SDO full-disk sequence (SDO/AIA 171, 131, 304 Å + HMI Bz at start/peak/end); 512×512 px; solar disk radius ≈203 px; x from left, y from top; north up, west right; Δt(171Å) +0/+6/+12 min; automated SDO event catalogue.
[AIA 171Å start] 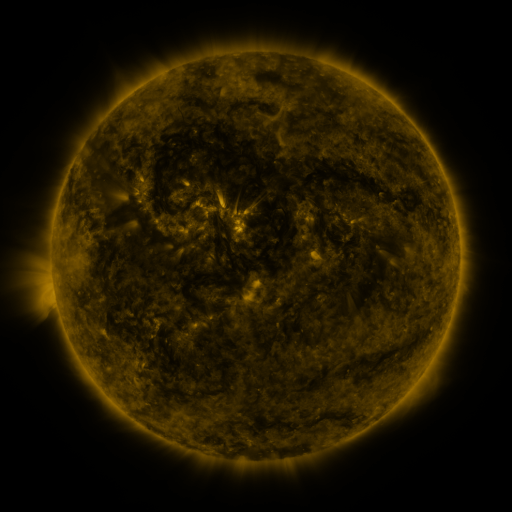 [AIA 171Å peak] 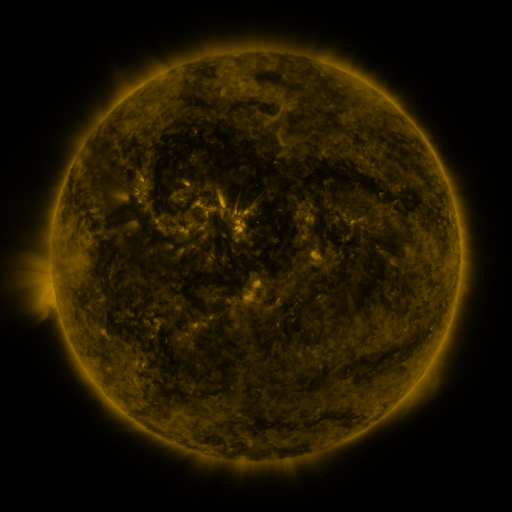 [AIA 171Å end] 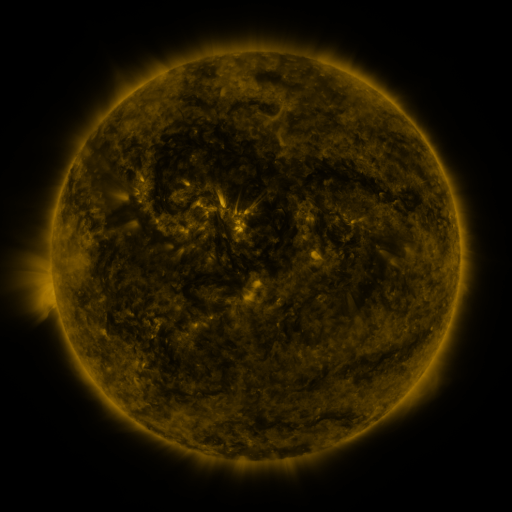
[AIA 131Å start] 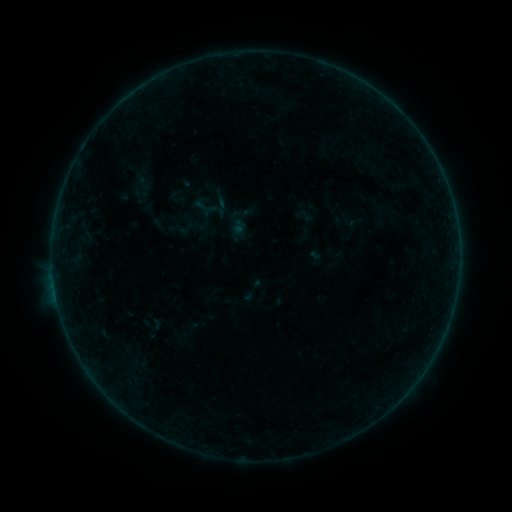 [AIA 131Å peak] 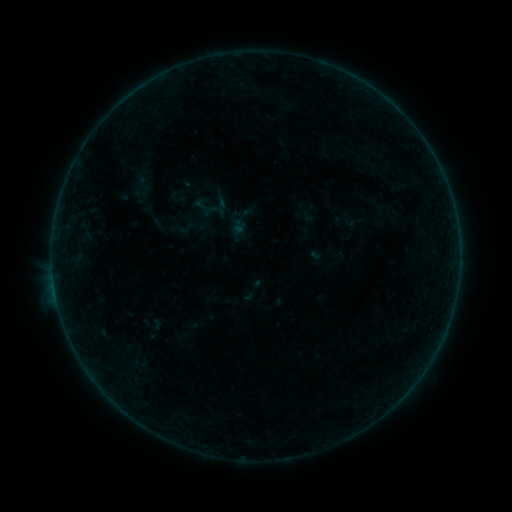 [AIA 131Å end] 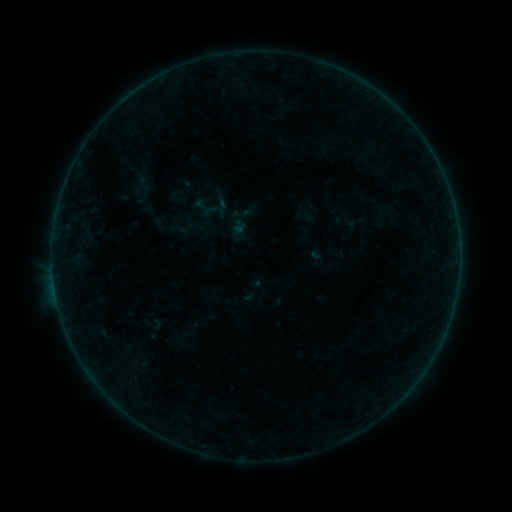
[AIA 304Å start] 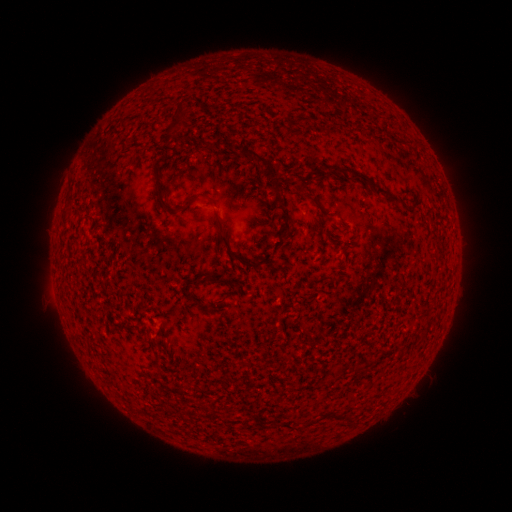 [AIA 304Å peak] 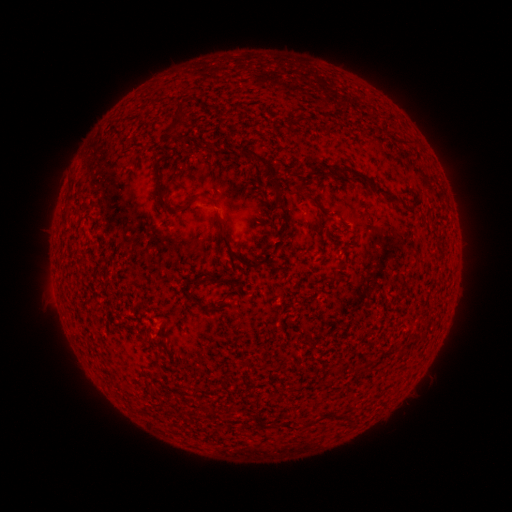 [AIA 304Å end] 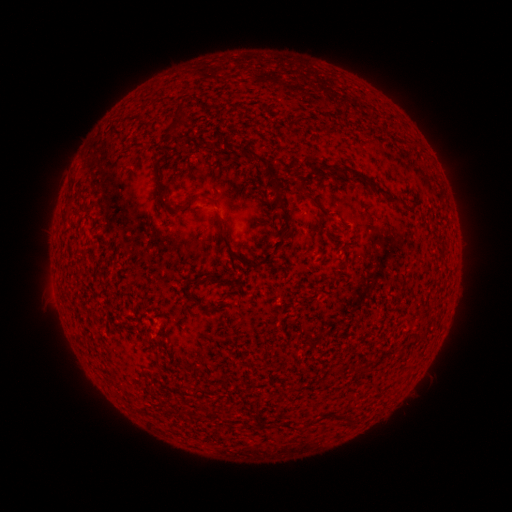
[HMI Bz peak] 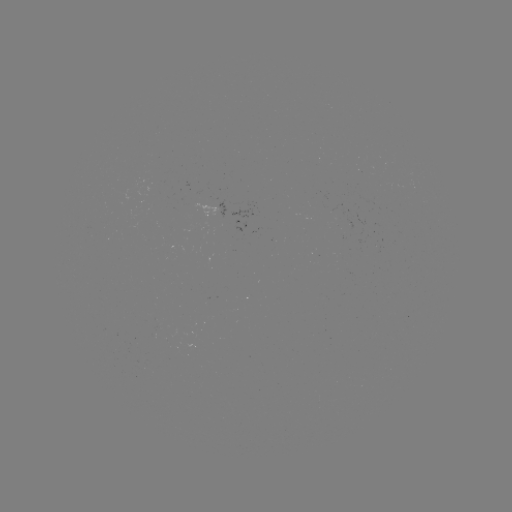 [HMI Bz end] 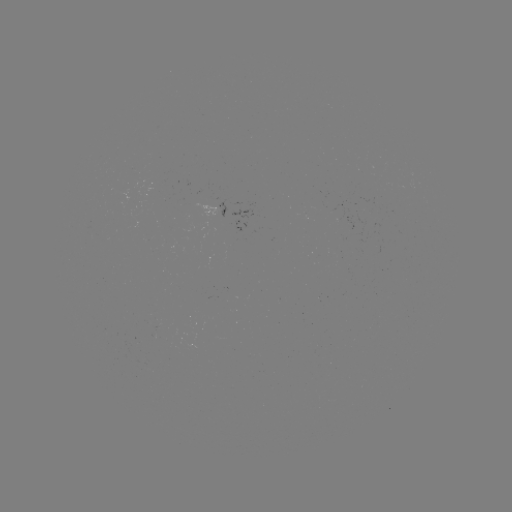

no flare in any classed list; no EUV-trigger detection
